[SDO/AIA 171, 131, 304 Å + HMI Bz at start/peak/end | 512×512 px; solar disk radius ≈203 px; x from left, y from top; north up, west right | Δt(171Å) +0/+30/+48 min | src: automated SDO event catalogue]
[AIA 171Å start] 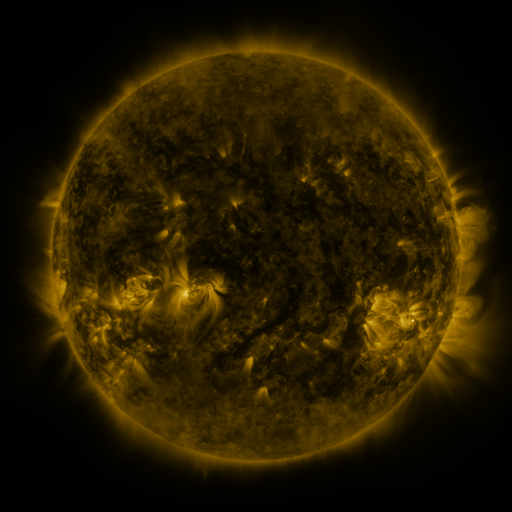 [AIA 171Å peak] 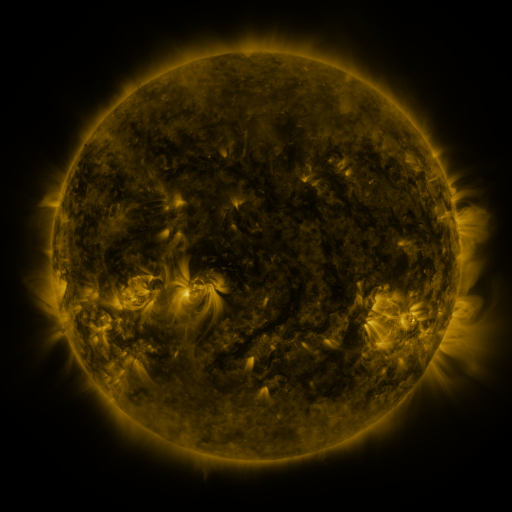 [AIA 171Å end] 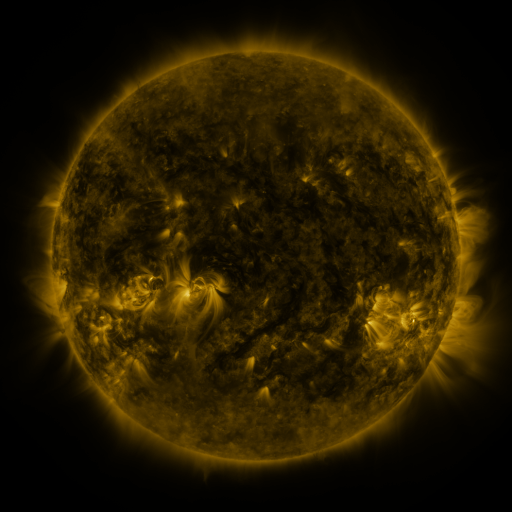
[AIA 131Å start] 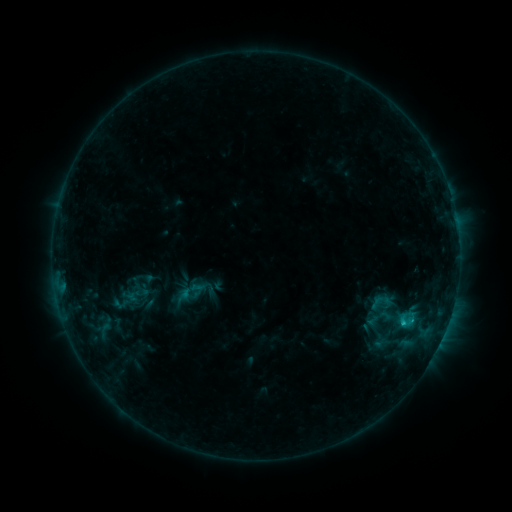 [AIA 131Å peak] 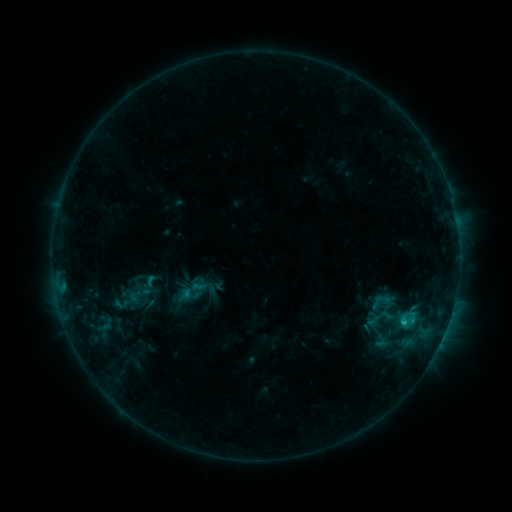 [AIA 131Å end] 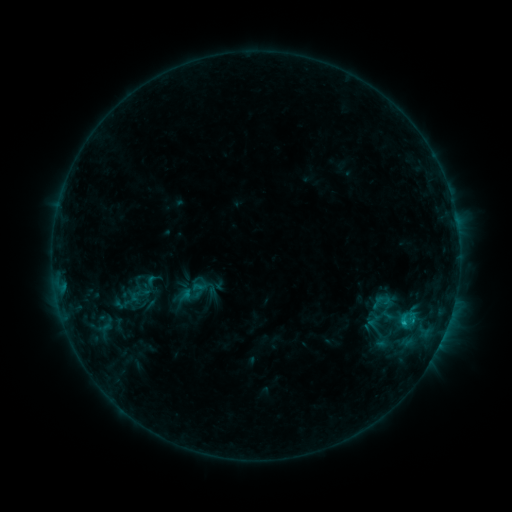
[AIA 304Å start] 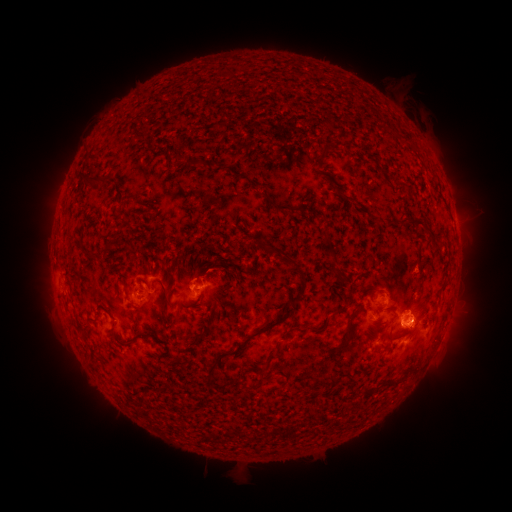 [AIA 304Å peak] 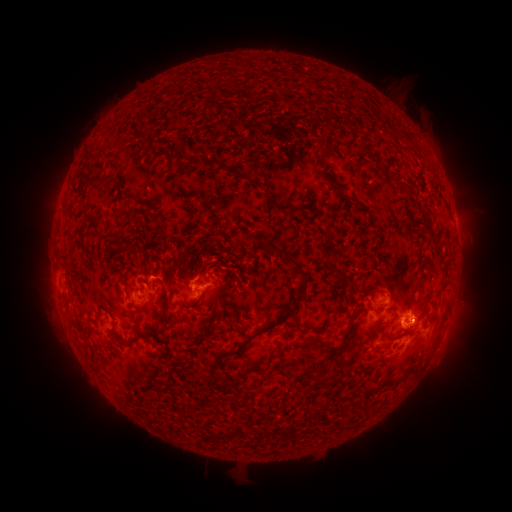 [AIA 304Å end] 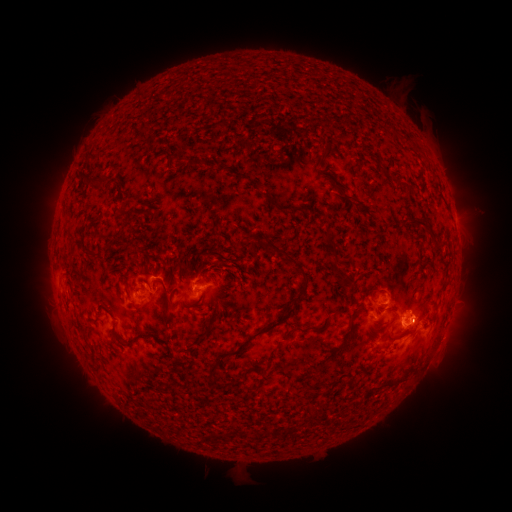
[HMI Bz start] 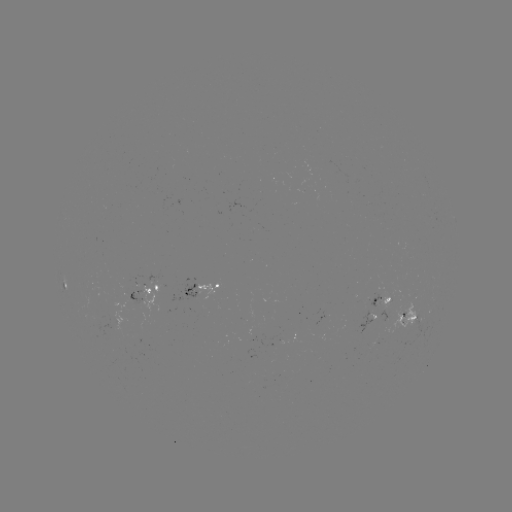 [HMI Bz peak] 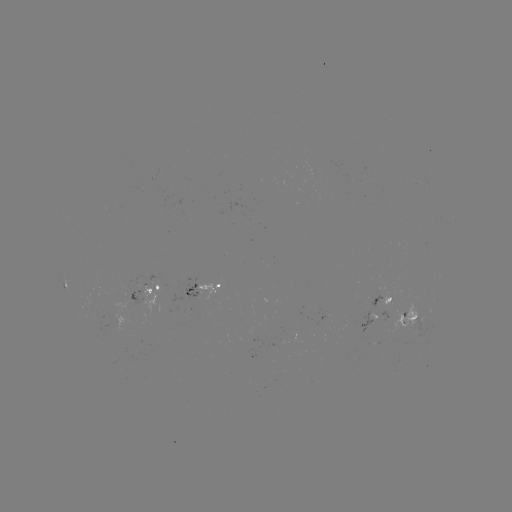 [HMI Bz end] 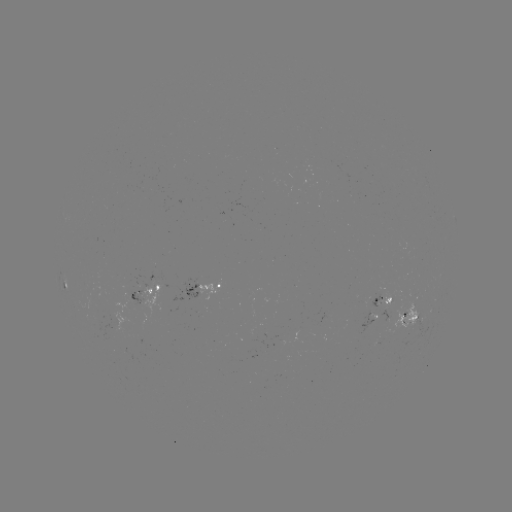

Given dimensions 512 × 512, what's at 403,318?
C1.1 flare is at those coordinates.